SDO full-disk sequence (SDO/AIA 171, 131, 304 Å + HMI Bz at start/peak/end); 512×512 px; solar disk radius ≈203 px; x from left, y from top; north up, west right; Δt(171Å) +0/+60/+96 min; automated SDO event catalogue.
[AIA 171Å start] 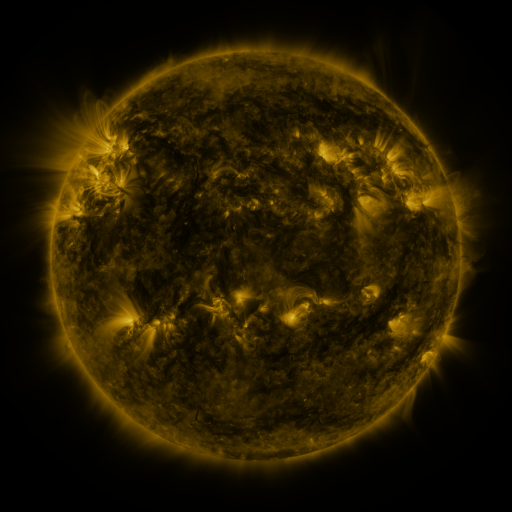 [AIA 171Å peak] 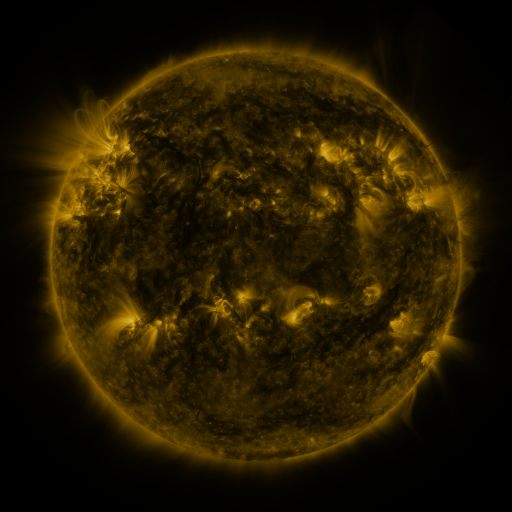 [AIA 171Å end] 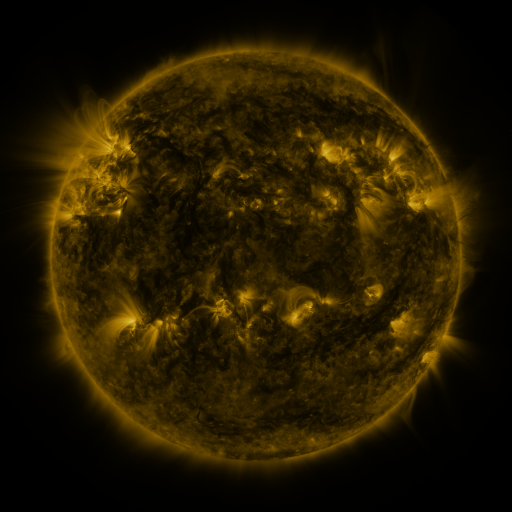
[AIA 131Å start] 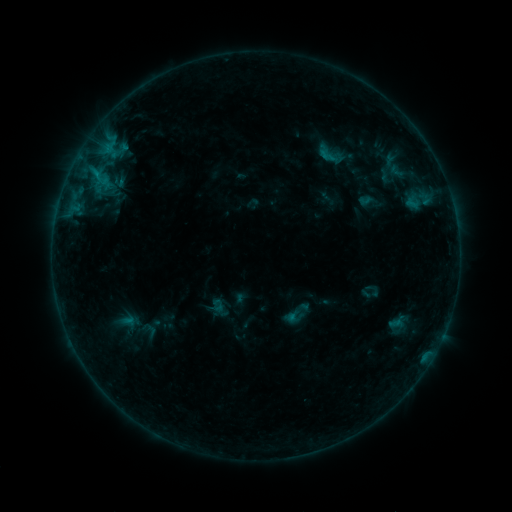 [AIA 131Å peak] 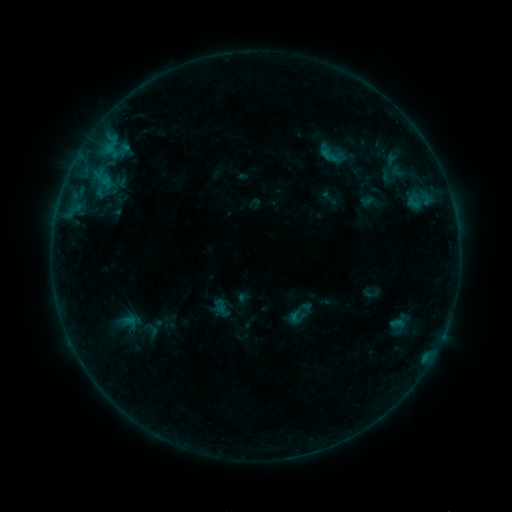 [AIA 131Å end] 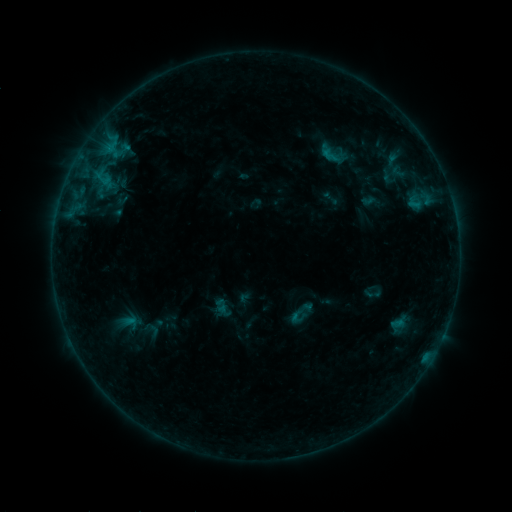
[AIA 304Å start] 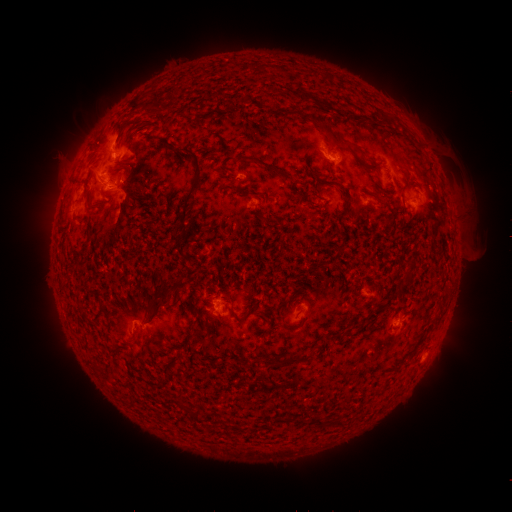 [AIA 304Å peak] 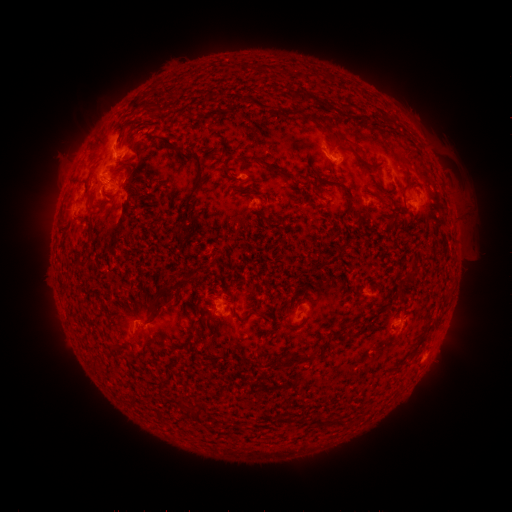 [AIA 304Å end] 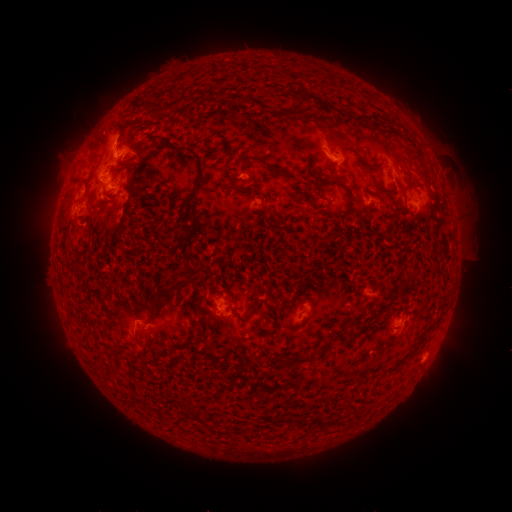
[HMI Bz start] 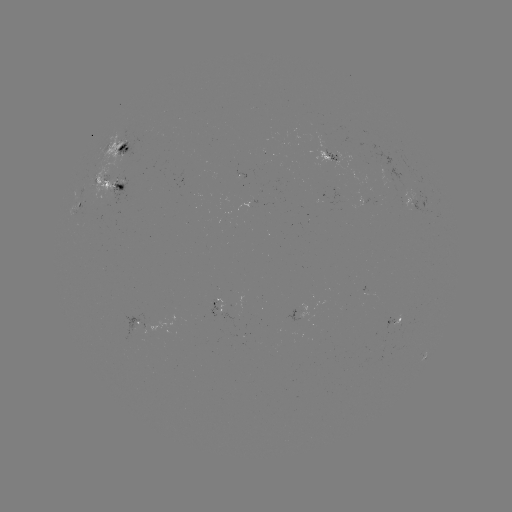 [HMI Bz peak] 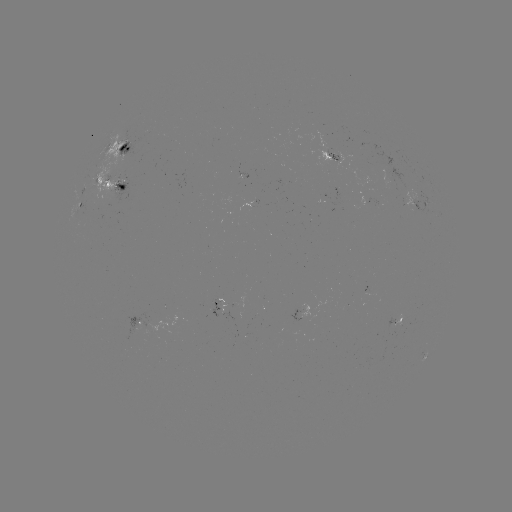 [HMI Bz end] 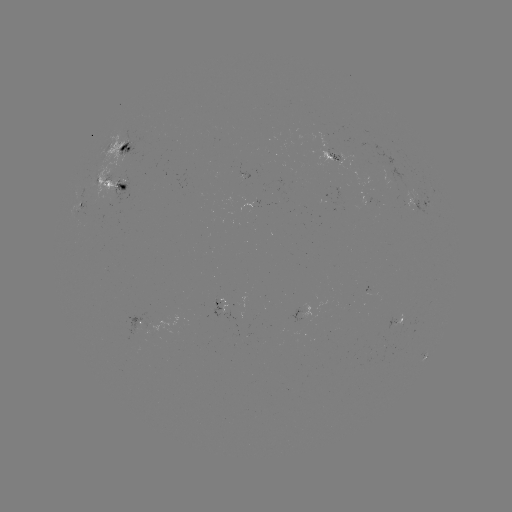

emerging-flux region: (316, 188, 343, 206)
